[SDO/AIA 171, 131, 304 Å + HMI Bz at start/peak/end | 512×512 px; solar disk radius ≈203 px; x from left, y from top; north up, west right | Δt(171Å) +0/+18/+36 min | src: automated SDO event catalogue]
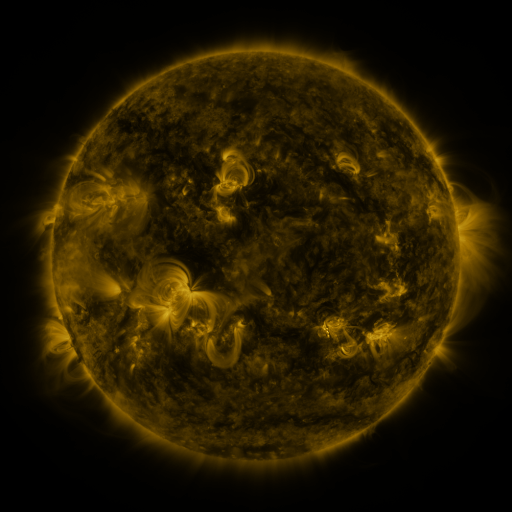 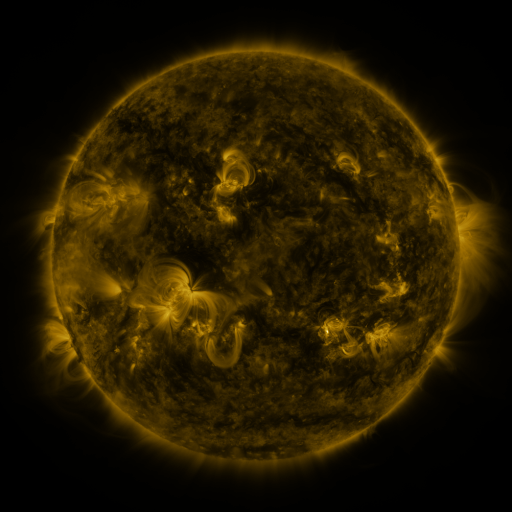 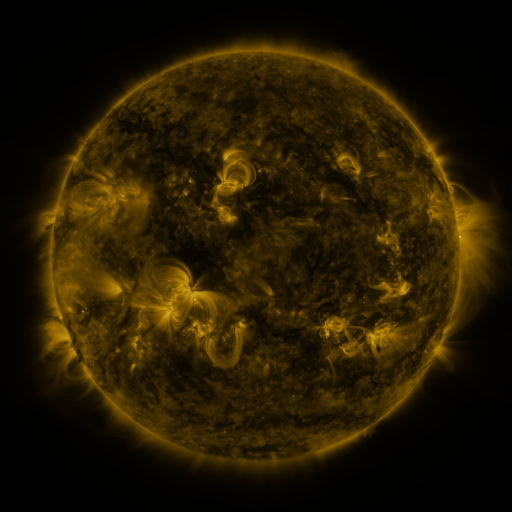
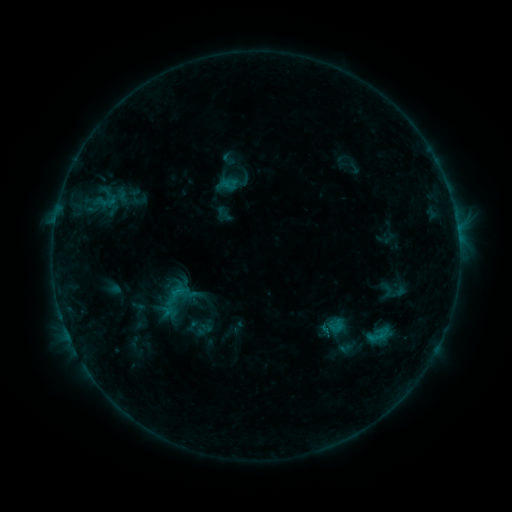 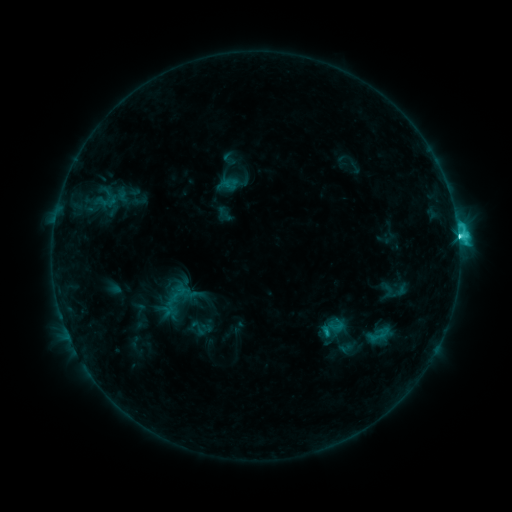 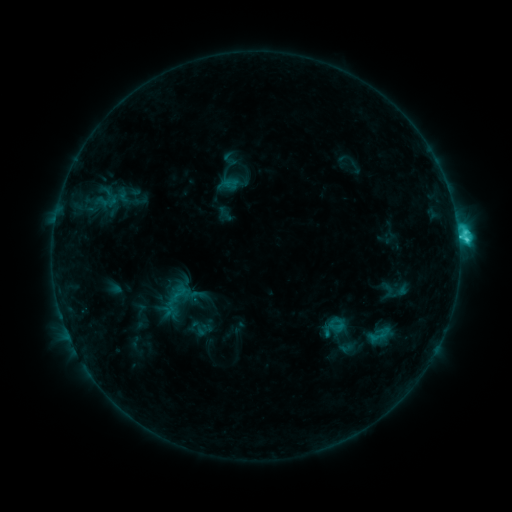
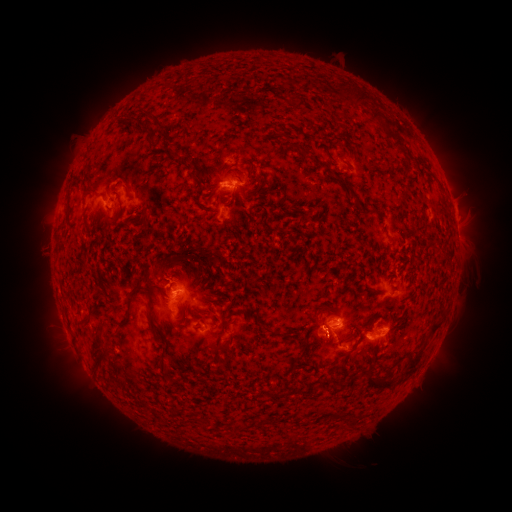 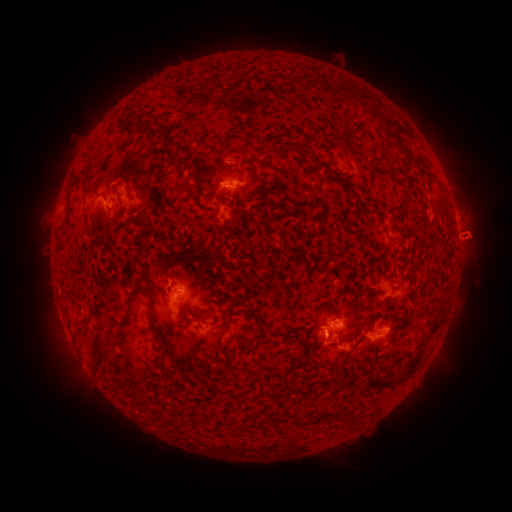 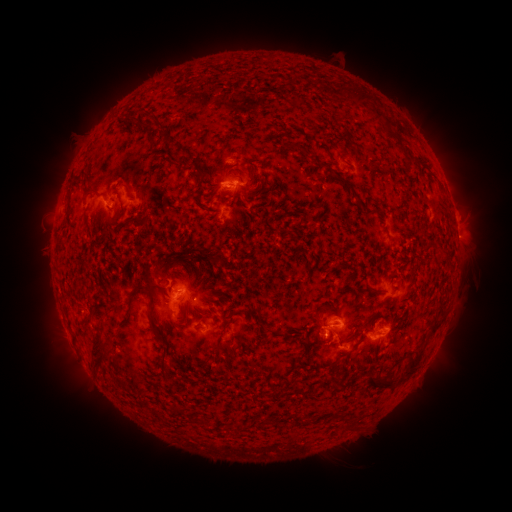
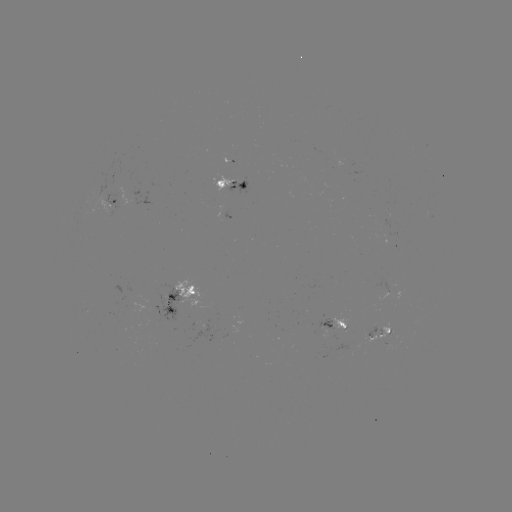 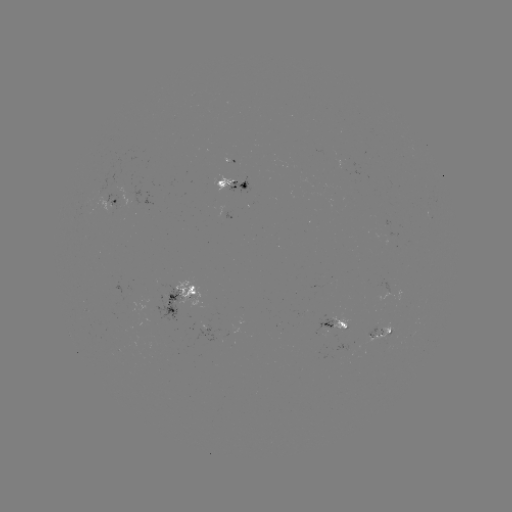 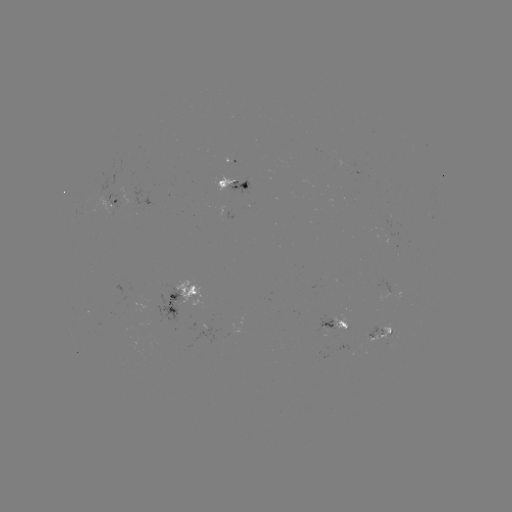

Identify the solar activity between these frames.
C7.0 flare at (458, 238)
